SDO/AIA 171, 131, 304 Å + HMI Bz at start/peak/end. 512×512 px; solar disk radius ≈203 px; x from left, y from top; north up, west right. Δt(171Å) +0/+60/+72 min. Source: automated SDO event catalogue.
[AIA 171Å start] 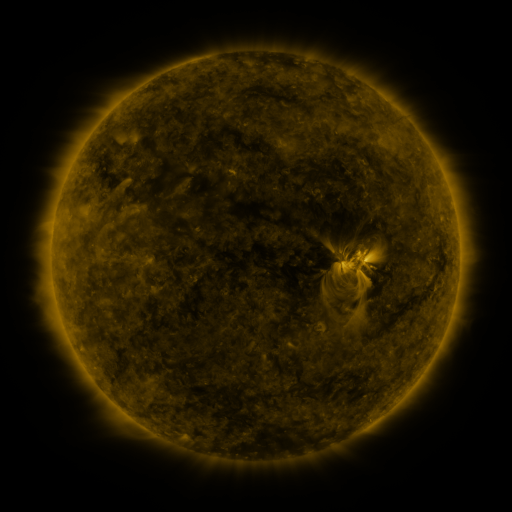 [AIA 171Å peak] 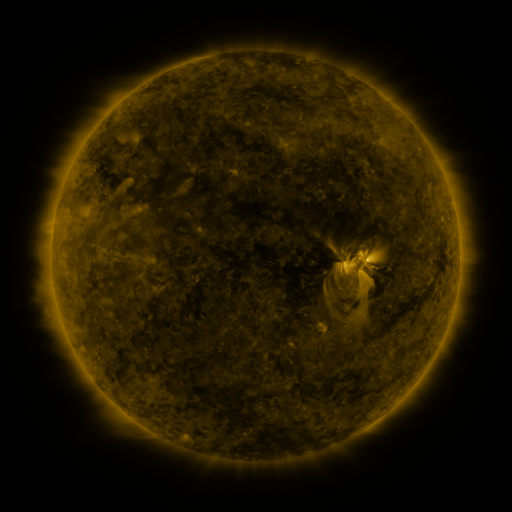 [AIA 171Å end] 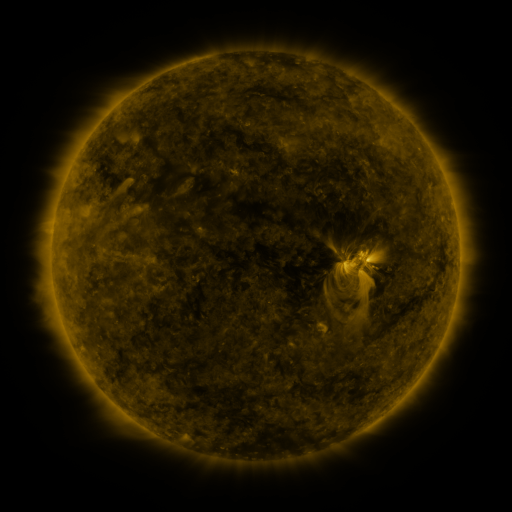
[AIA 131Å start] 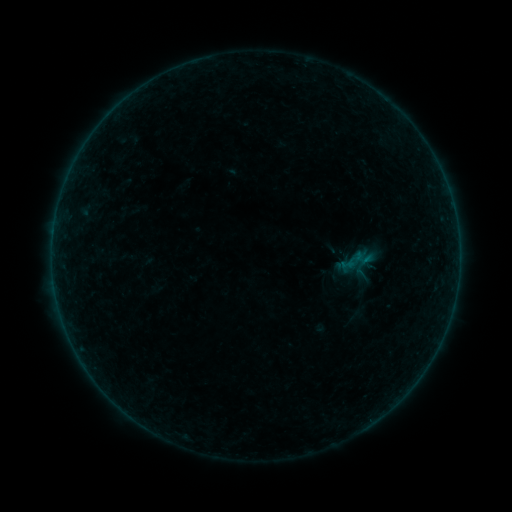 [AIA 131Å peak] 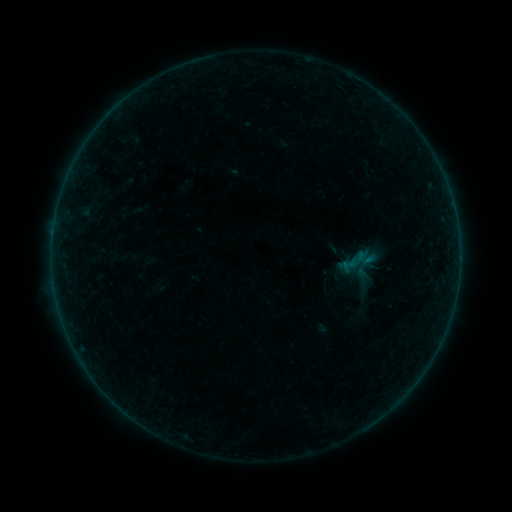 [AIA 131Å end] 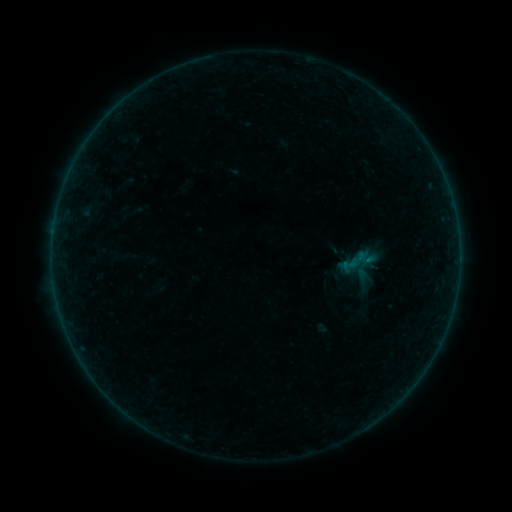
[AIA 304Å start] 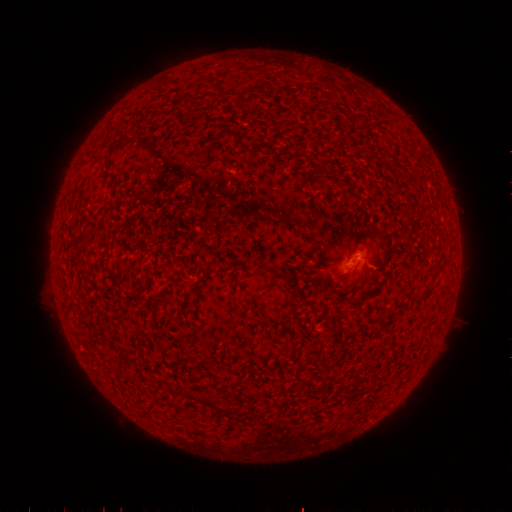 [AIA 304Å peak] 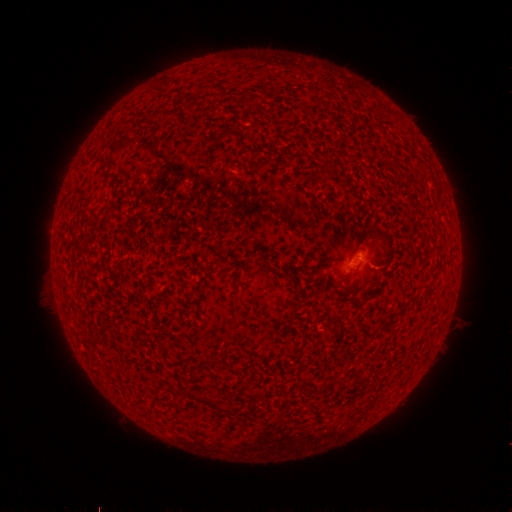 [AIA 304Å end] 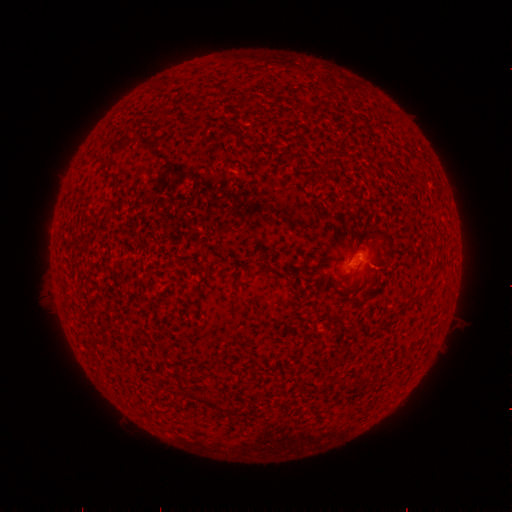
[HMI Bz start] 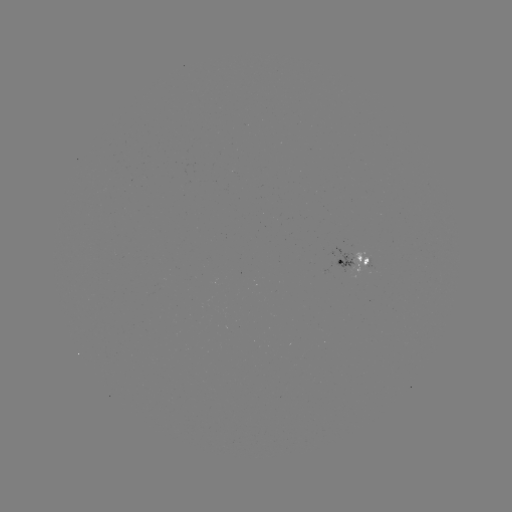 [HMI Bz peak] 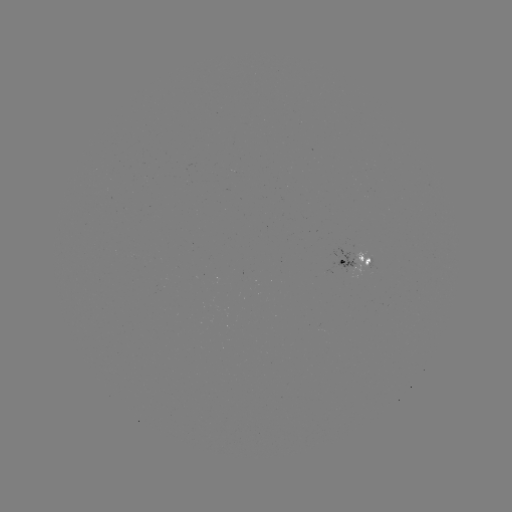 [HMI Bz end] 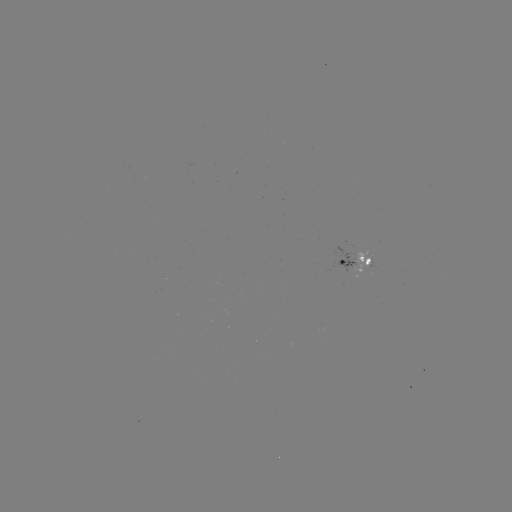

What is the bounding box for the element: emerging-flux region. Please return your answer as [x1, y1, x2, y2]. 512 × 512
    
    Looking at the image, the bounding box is [351, 251, 372, 274].